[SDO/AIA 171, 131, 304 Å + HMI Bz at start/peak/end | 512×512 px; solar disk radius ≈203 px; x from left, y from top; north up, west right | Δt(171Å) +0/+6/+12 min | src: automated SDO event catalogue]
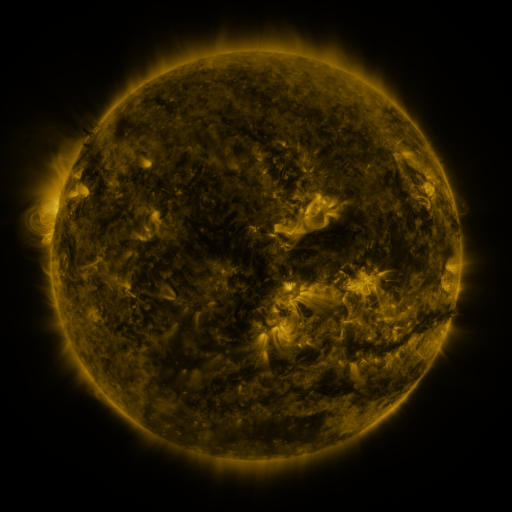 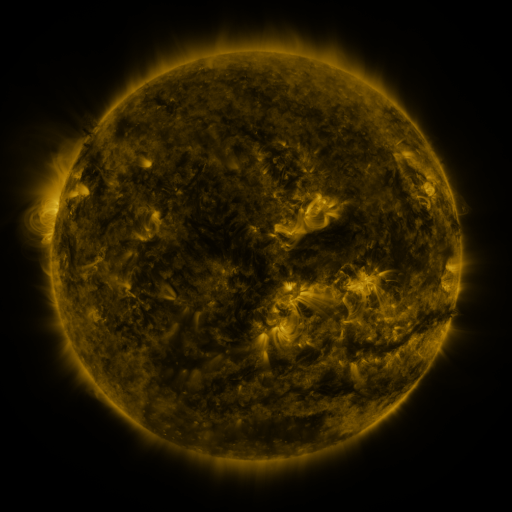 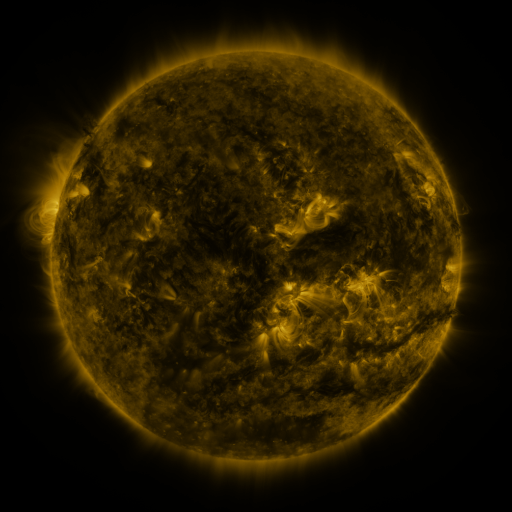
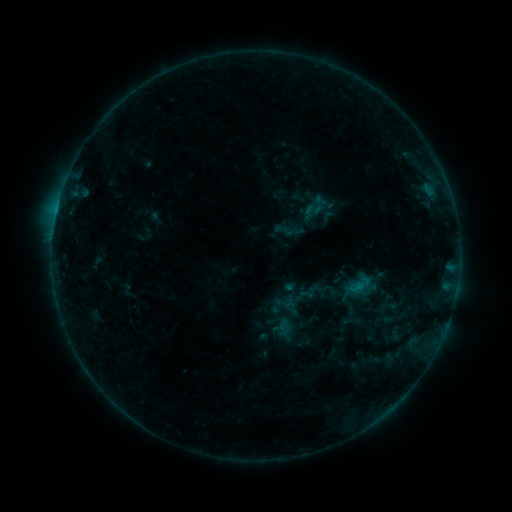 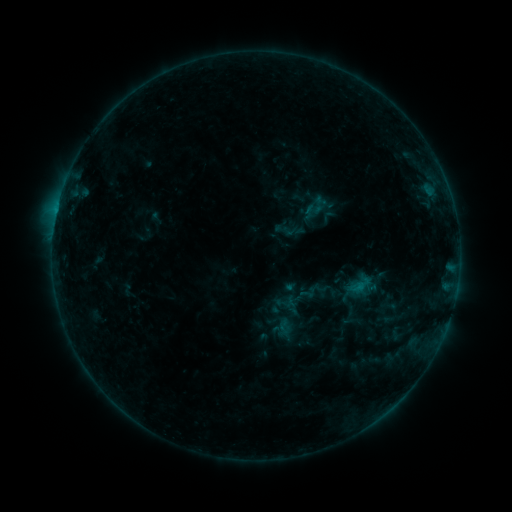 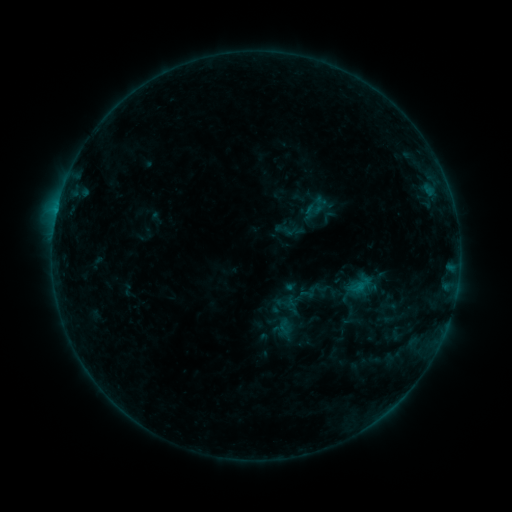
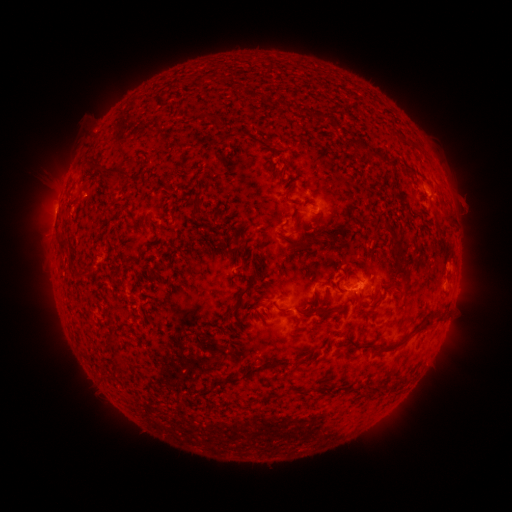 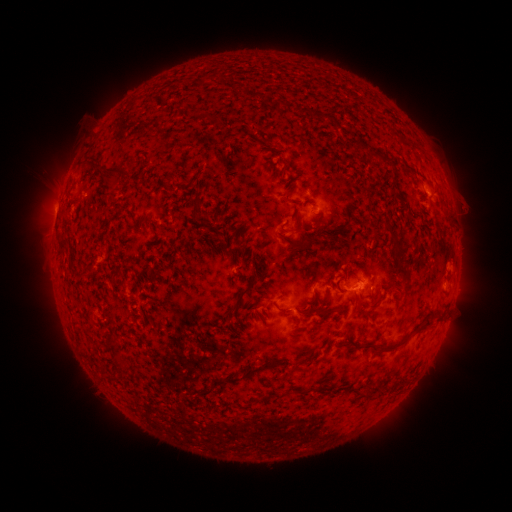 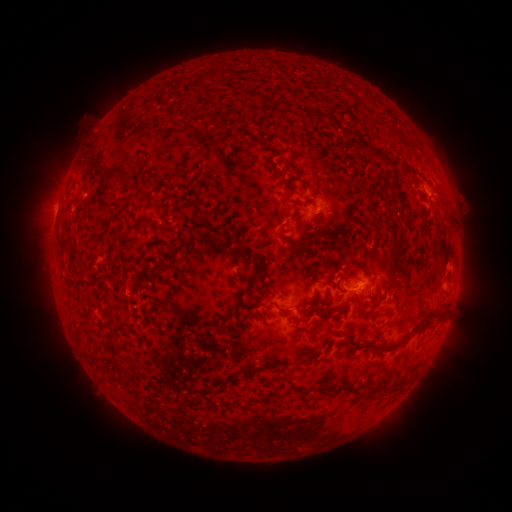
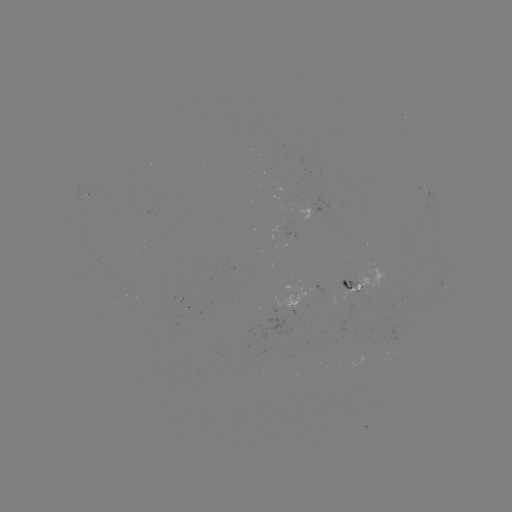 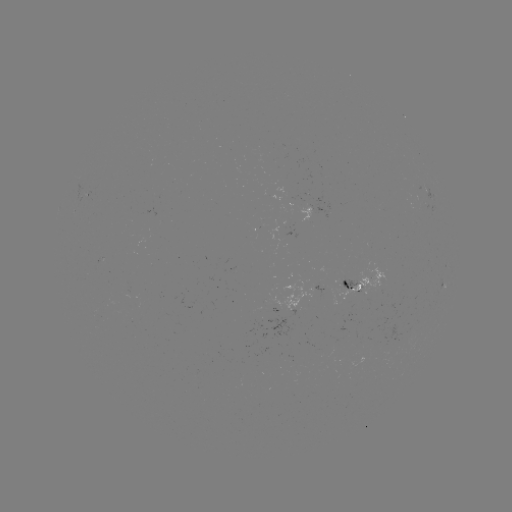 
nothing was catalogued: no classed flare, no EUV trigger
